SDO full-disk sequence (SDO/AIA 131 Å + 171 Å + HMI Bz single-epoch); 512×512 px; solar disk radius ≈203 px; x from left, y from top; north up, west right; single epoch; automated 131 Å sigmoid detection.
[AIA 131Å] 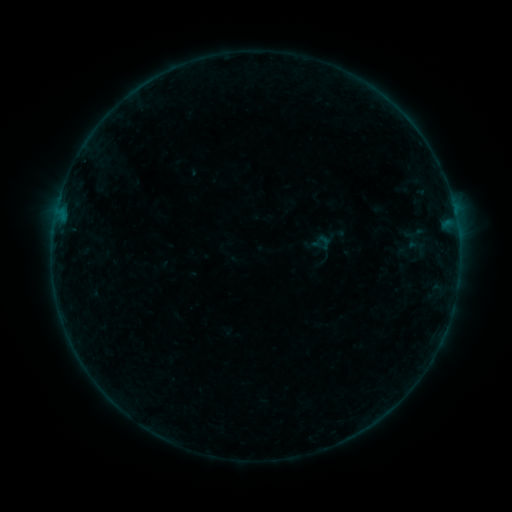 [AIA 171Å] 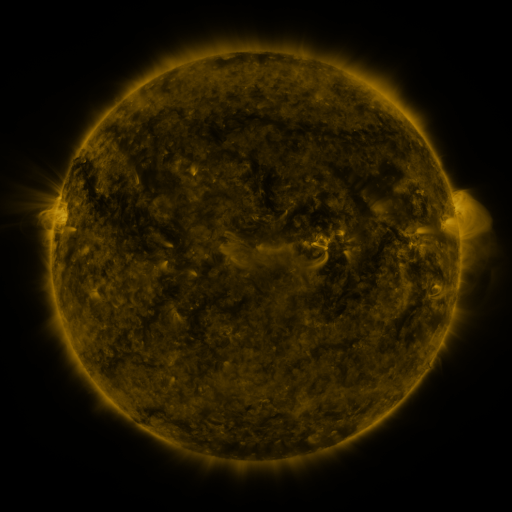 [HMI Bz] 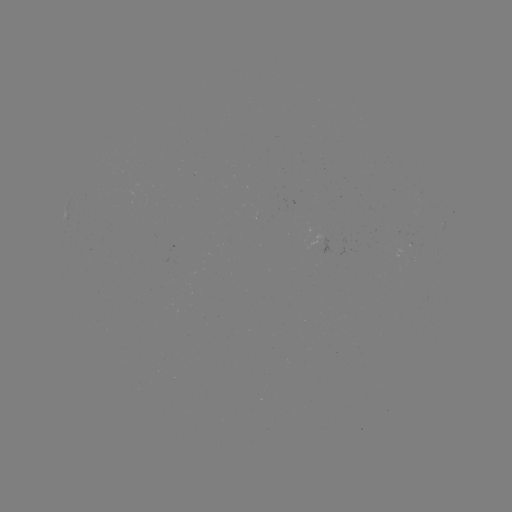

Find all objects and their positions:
sigmoid: [315, 234, 334, 251]
